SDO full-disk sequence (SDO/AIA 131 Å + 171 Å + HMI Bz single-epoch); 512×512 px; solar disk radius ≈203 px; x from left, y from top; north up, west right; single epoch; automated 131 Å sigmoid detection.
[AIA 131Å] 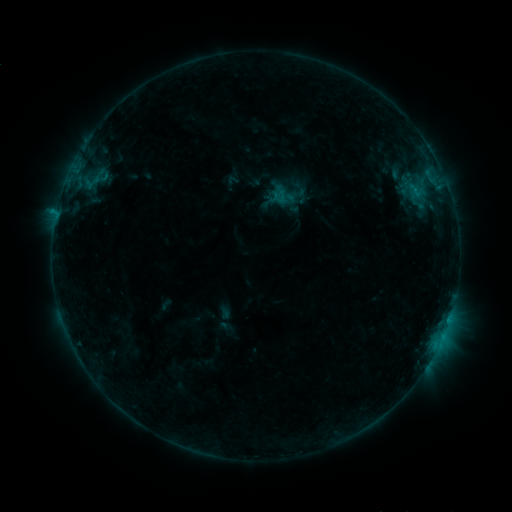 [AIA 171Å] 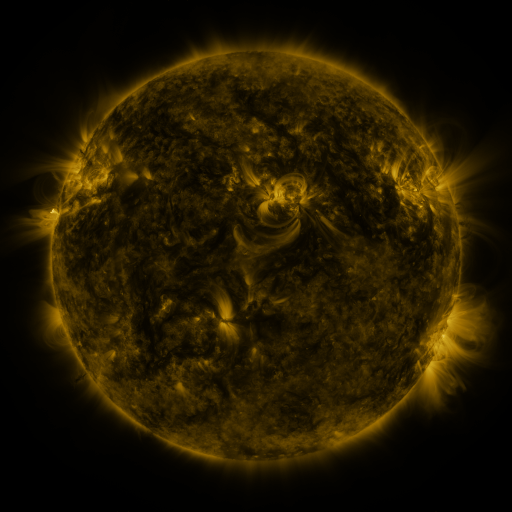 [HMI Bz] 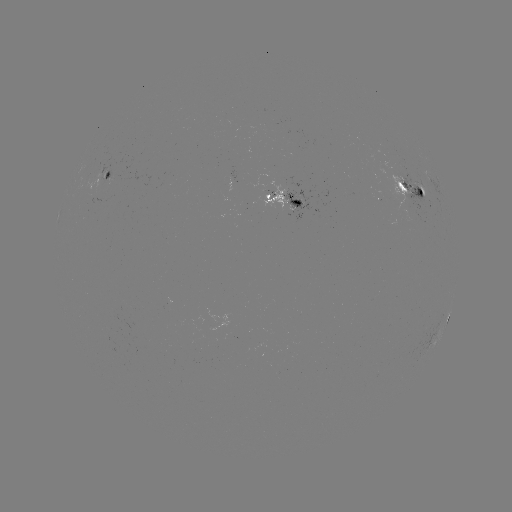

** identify sigmoid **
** [282, 195] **